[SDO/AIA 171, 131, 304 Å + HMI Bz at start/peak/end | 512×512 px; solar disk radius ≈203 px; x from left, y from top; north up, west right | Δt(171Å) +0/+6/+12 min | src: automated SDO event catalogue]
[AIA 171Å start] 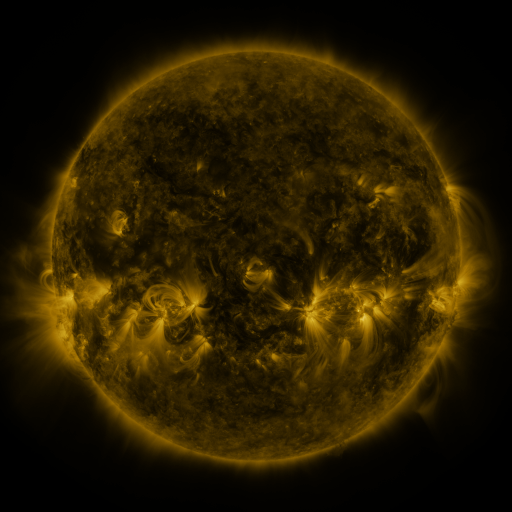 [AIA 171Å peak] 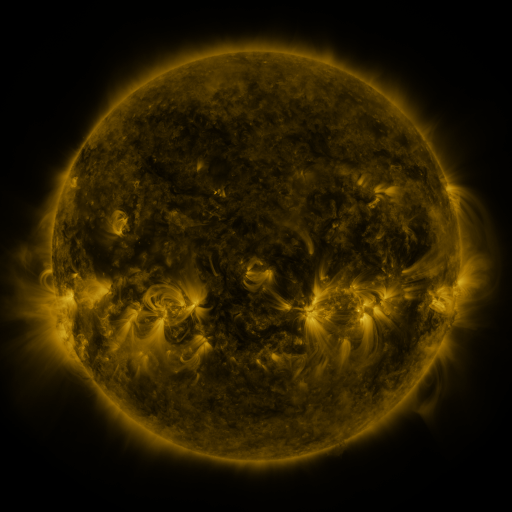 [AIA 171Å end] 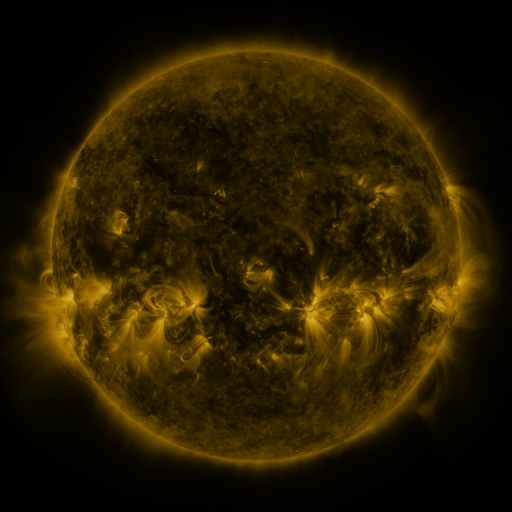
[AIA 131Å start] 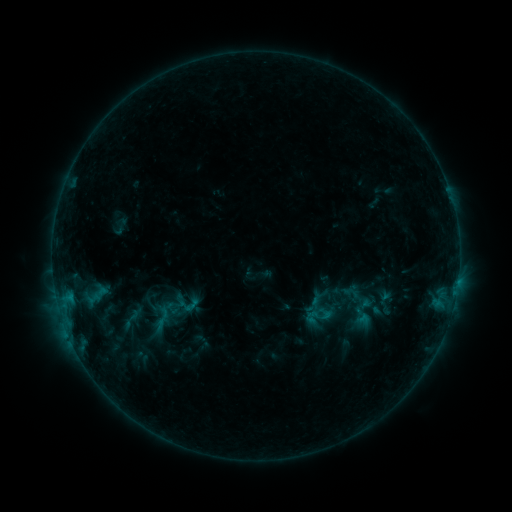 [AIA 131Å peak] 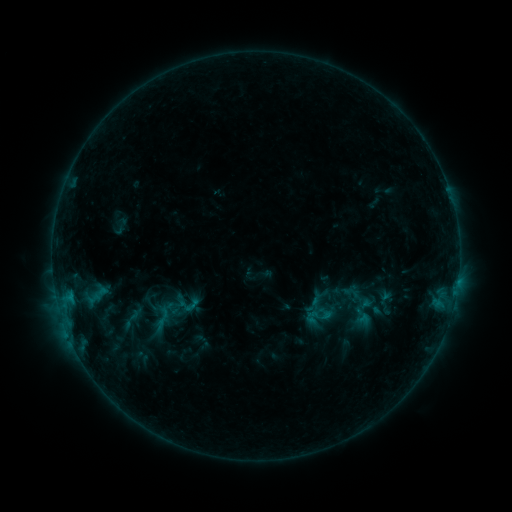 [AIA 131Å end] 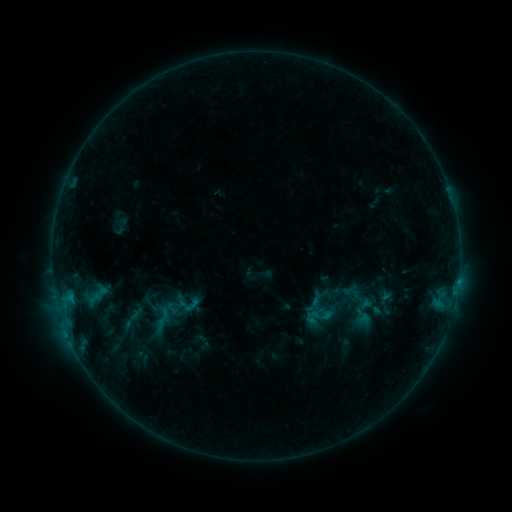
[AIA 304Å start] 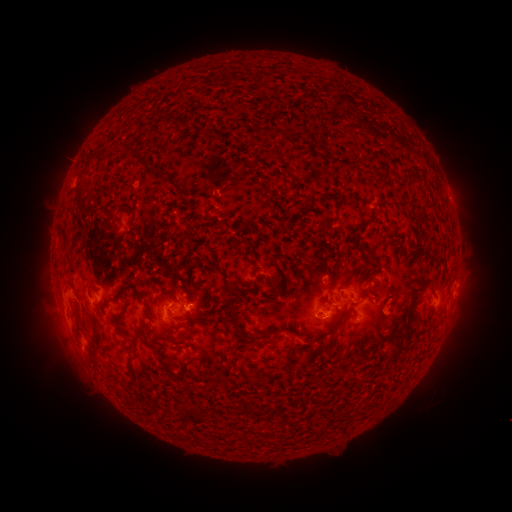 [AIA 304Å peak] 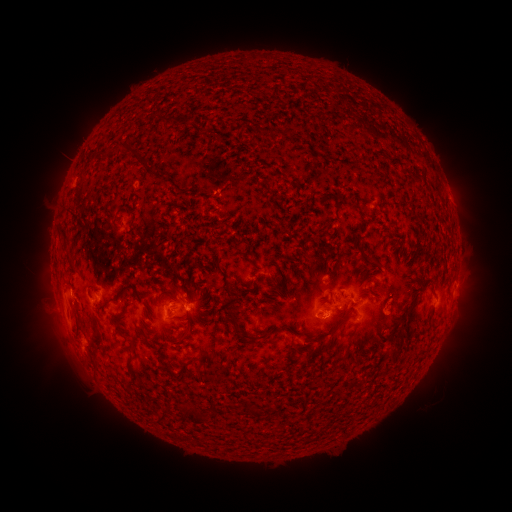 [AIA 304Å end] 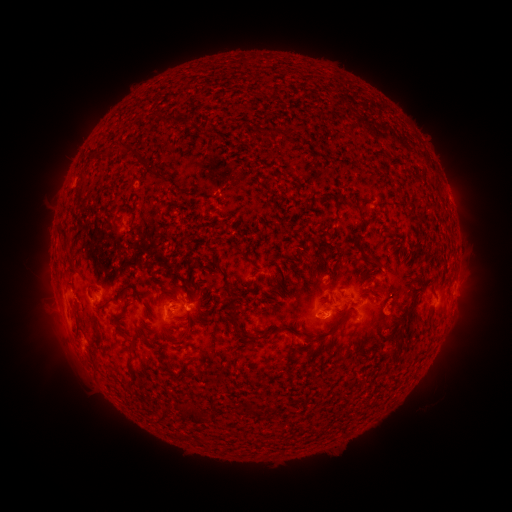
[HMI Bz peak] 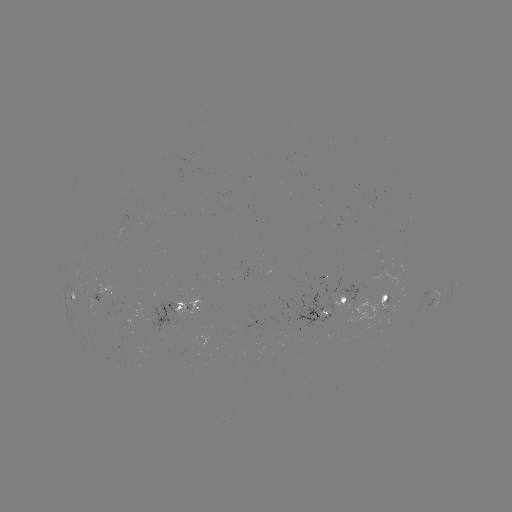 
no classed flare was catalogued and no EUV brightening was flagged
